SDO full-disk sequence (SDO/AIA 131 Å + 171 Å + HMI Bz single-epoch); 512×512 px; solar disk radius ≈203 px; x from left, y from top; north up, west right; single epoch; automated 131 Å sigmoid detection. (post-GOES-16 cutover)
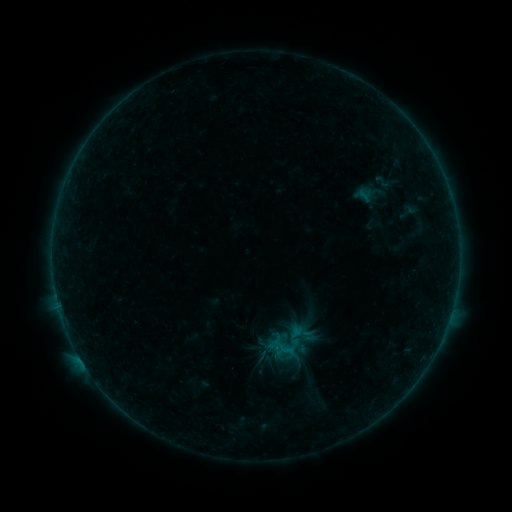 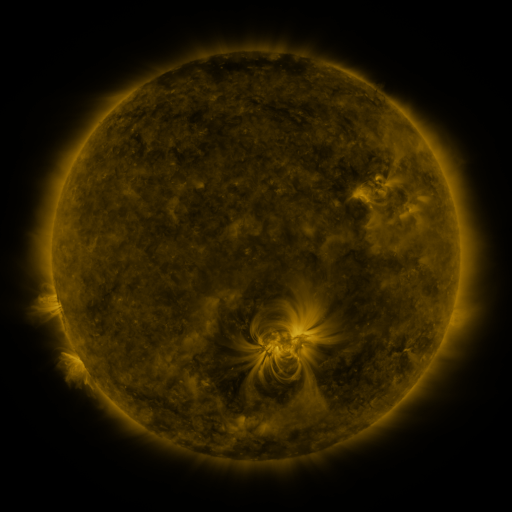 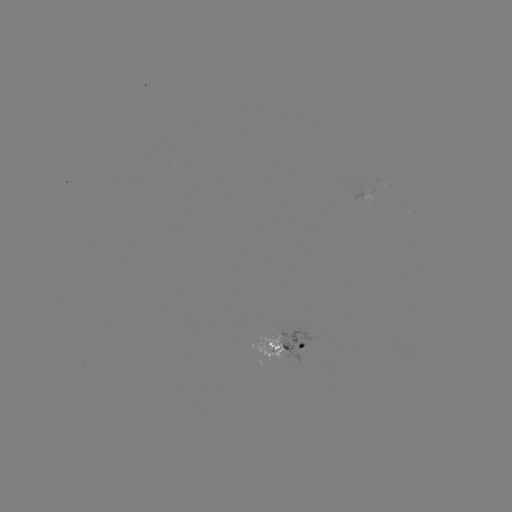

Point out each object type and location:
sigmoid: (382, 182)
